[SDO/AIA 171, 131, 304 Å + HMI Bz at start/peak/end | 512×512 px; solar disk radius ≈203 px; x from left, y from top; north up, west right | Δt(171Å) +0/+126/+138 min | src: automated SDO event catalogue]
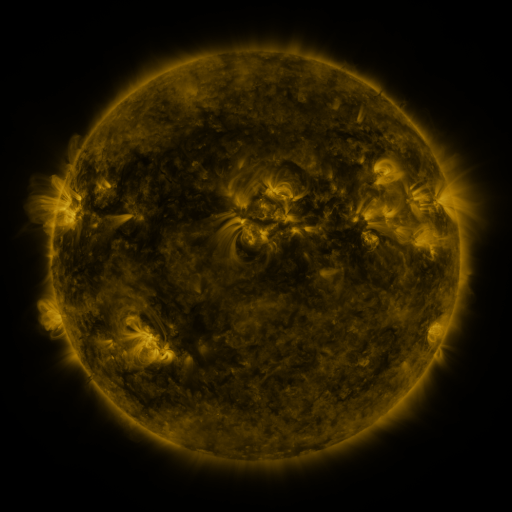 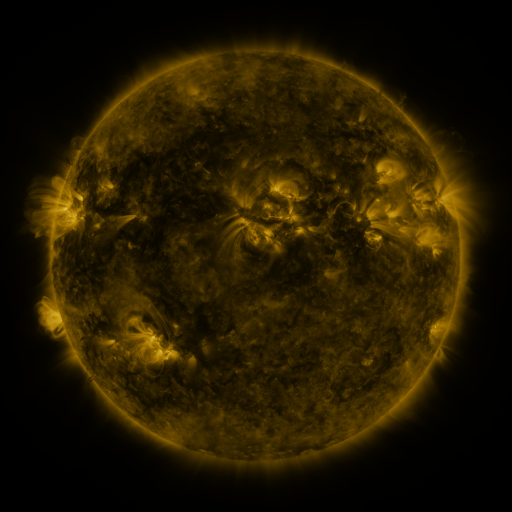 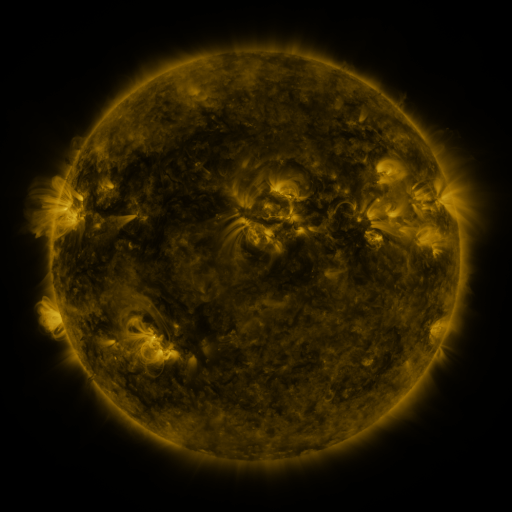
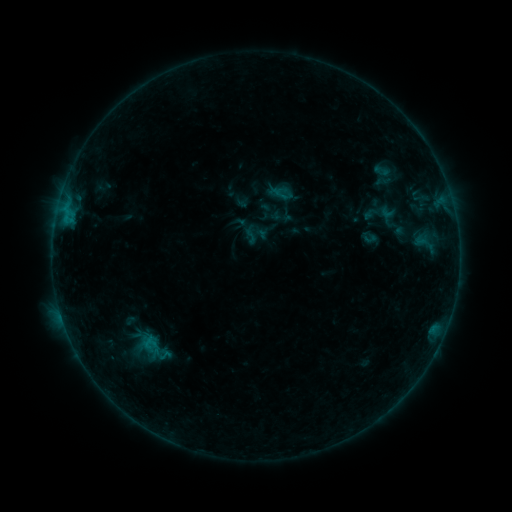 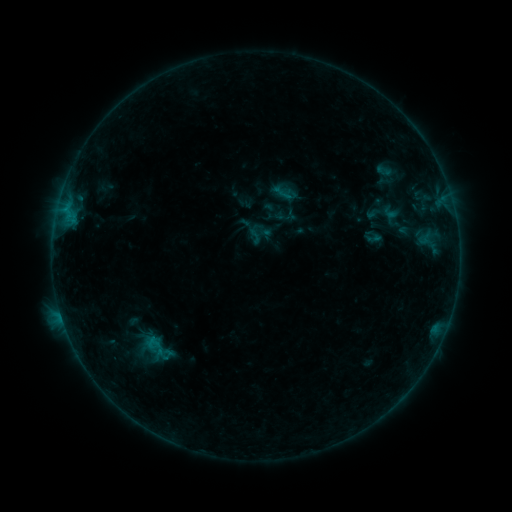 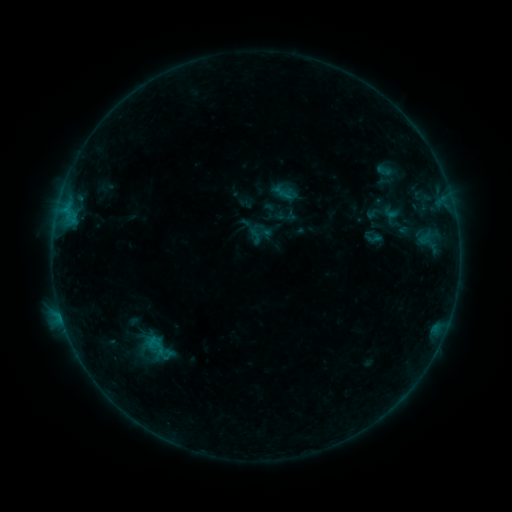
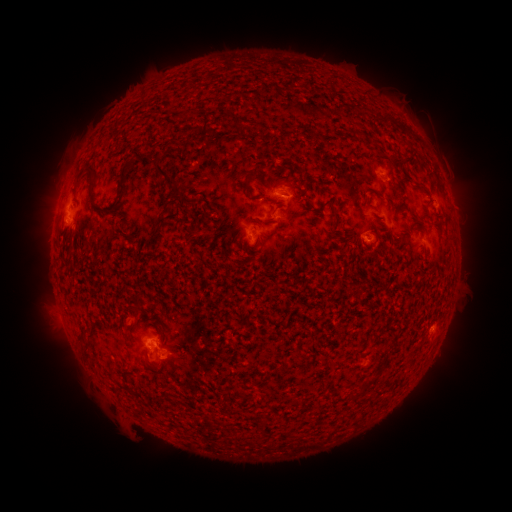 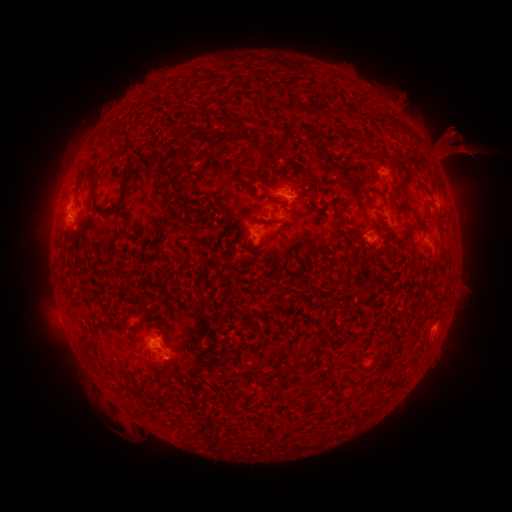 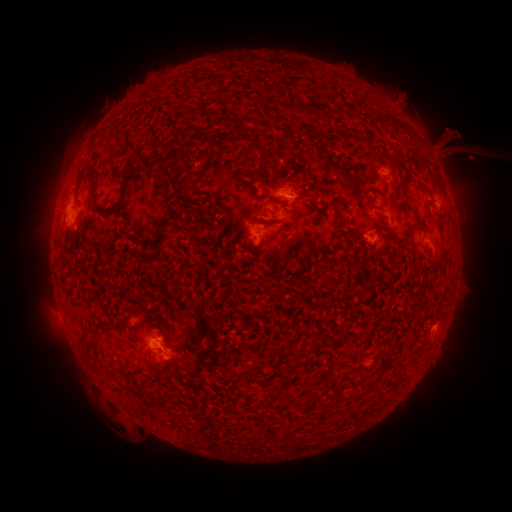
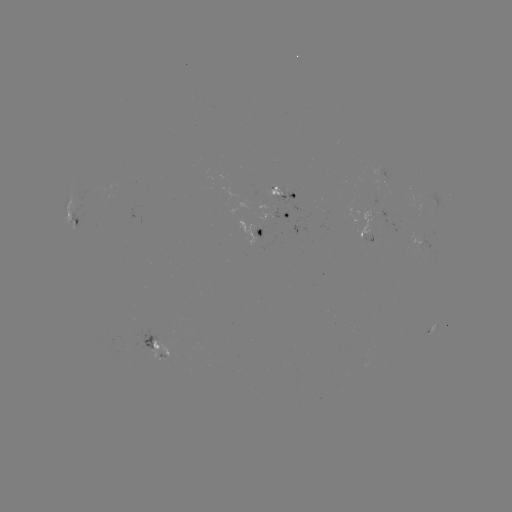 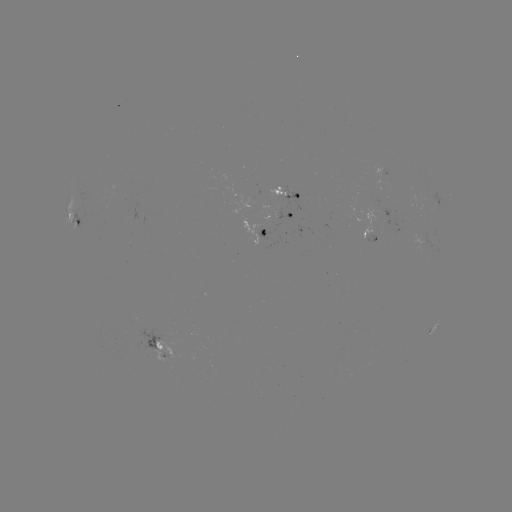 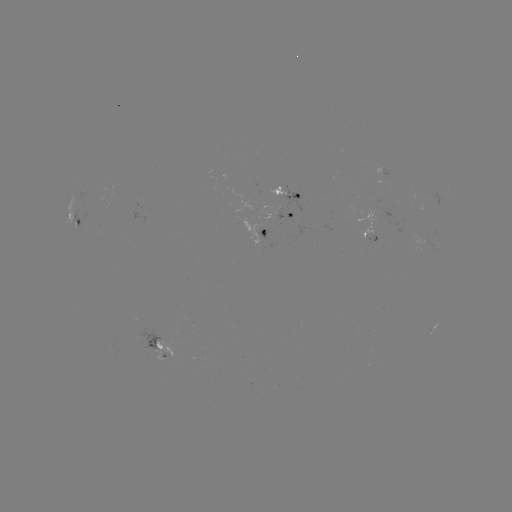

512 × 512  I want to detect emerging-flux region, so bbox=[268, 187, 285, 201].